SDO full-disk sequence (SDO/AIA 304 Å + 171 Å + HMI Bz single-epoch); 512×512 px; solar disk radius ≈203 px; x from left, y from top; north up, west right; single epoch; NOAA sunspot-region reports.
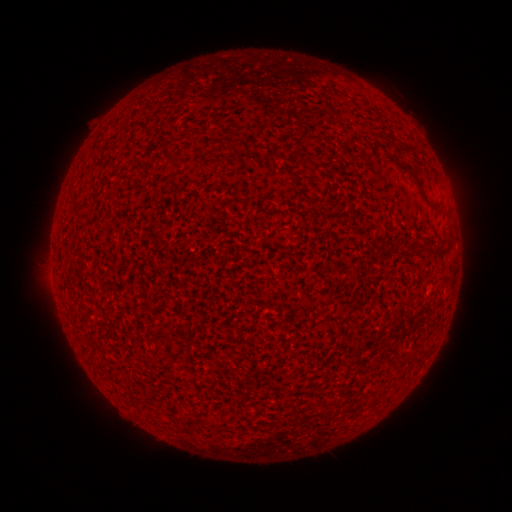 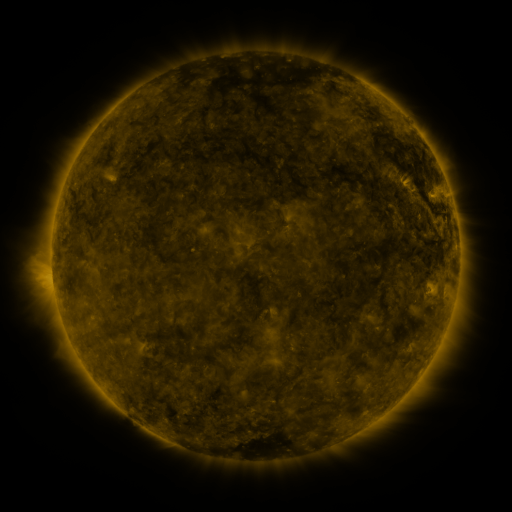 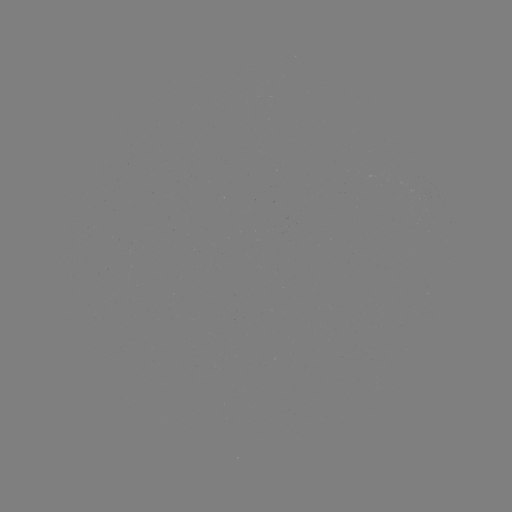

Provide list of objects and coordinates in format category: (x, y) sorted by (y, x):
(none)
